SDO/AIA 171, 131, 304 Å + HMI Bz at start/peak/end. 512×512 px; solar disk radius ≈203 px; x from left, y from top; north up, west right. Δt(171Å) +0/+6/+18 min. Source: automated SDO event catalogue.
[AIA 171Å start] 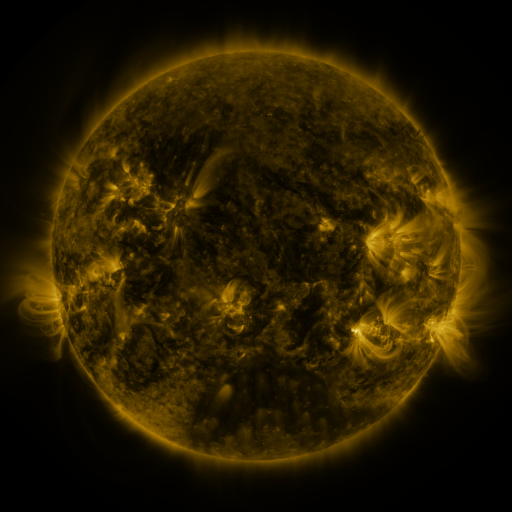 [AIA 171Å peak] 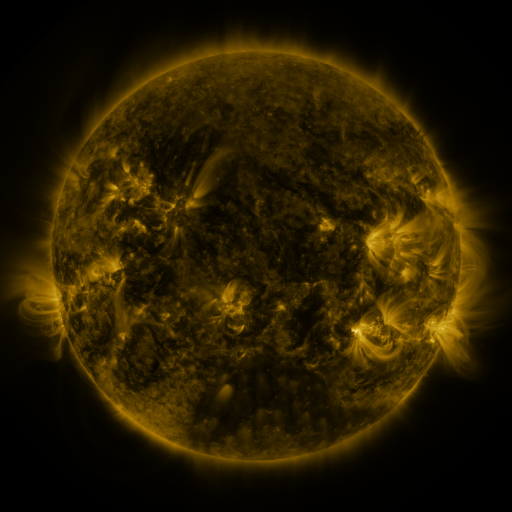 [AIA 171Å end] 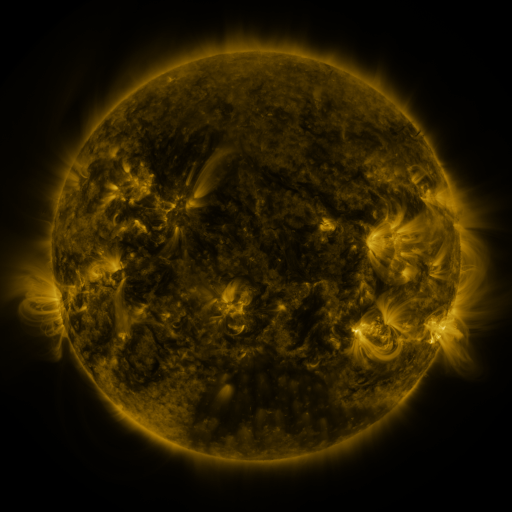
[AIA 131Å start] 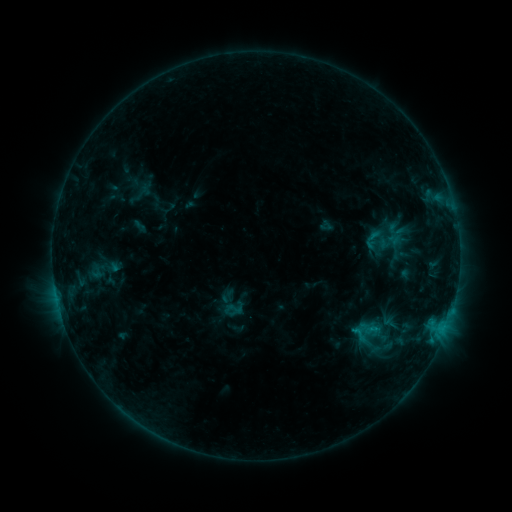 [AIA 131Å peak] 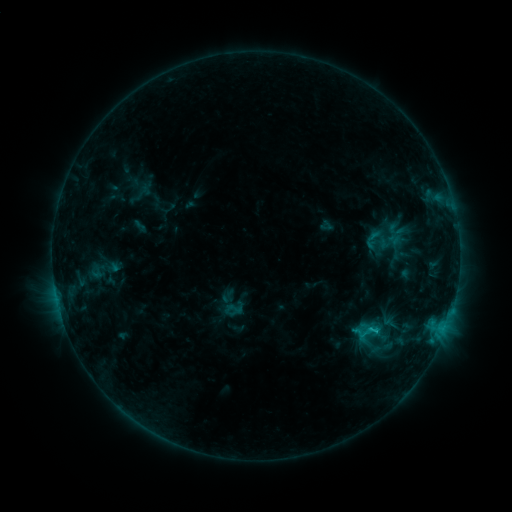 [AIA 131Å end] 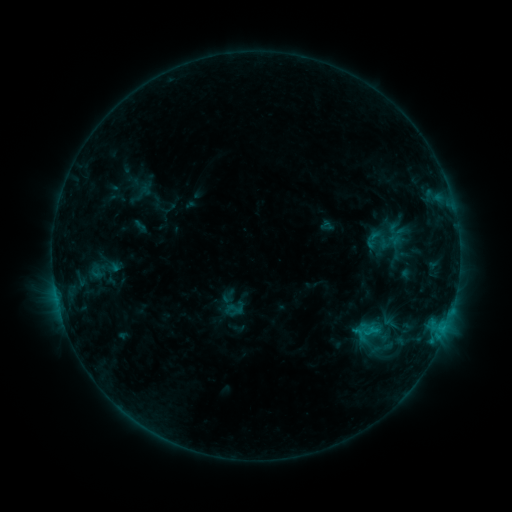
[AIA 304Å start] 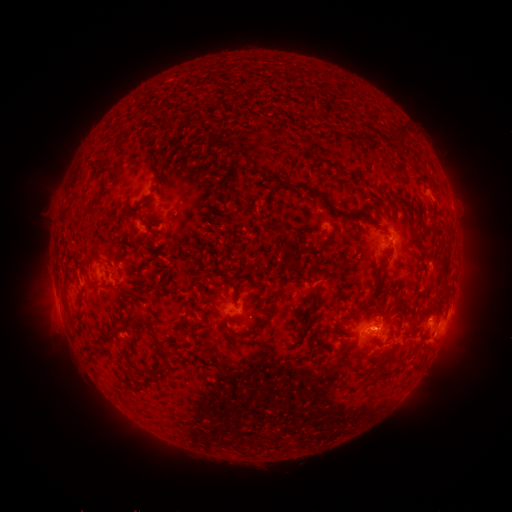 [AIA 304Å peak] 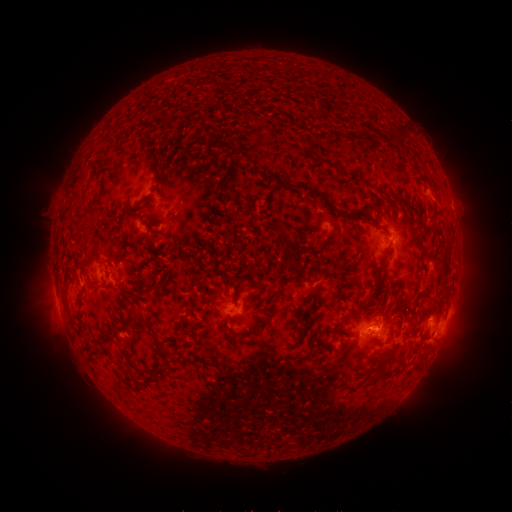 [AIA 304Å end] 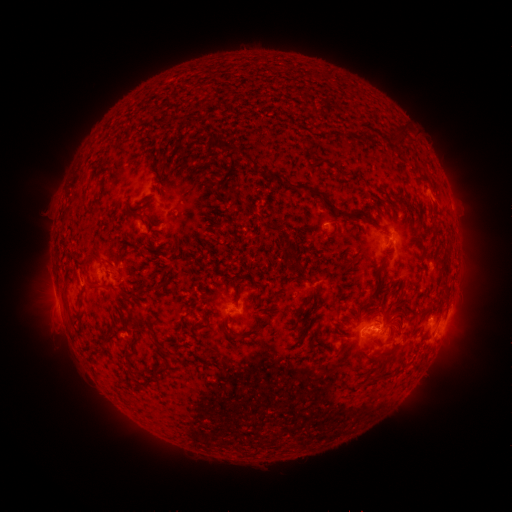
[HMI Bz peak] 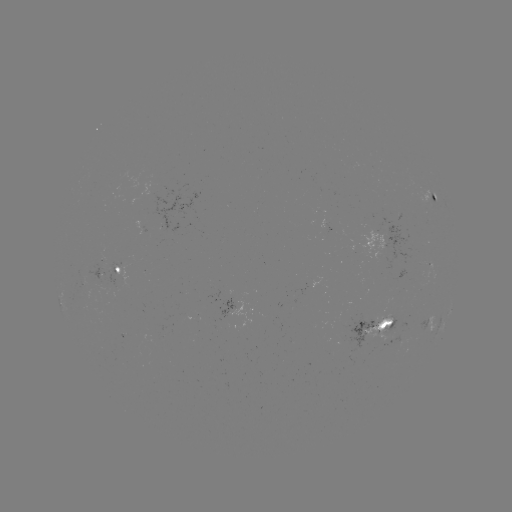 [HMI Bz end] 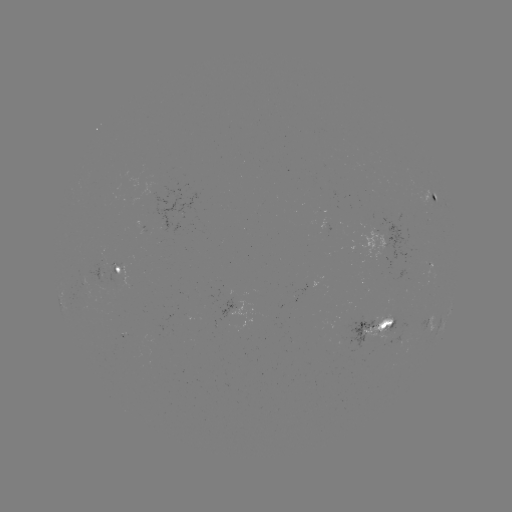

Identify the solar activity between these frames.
C1.3 flare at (375, 330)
